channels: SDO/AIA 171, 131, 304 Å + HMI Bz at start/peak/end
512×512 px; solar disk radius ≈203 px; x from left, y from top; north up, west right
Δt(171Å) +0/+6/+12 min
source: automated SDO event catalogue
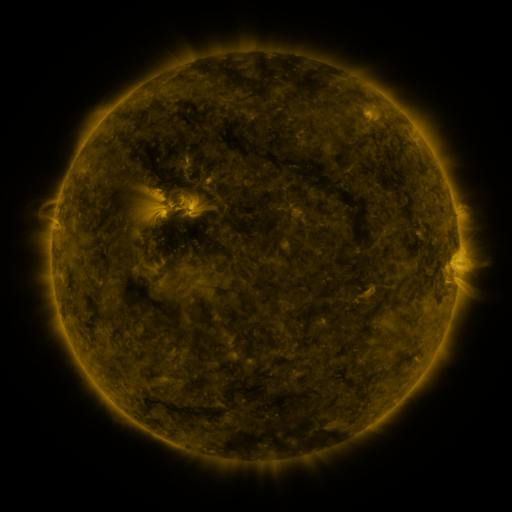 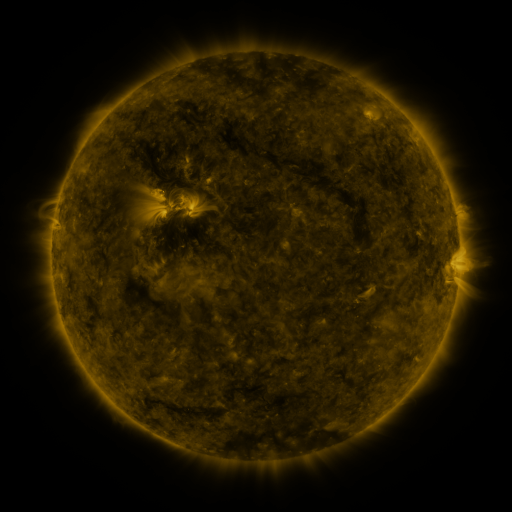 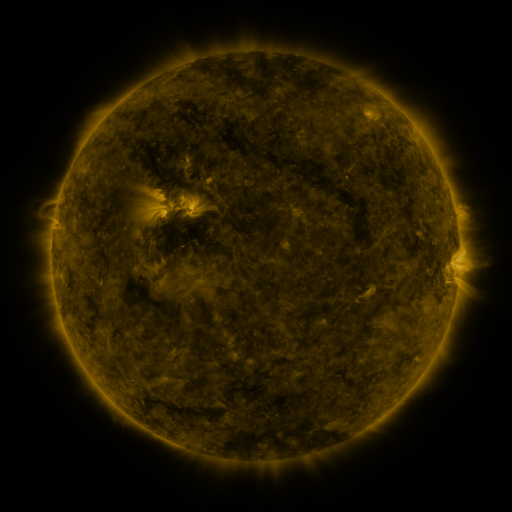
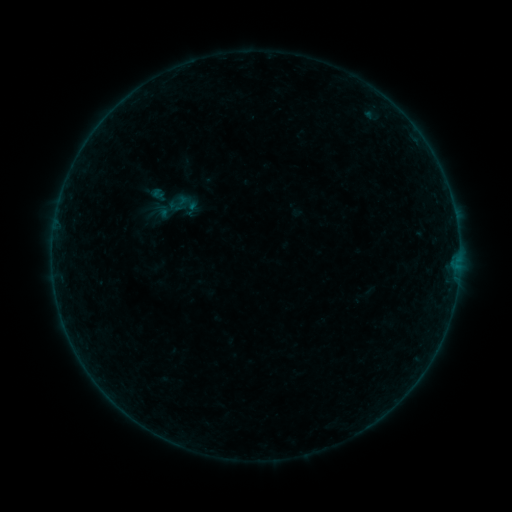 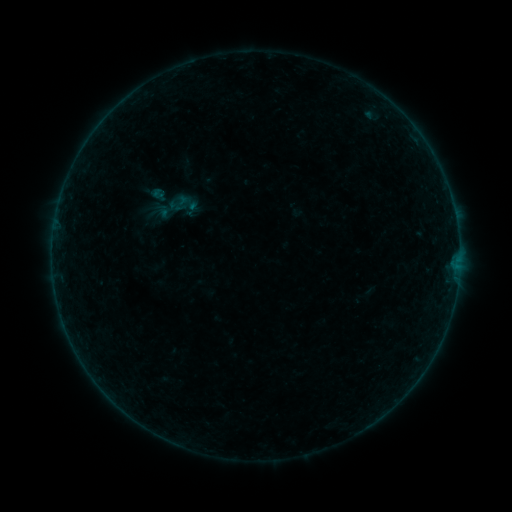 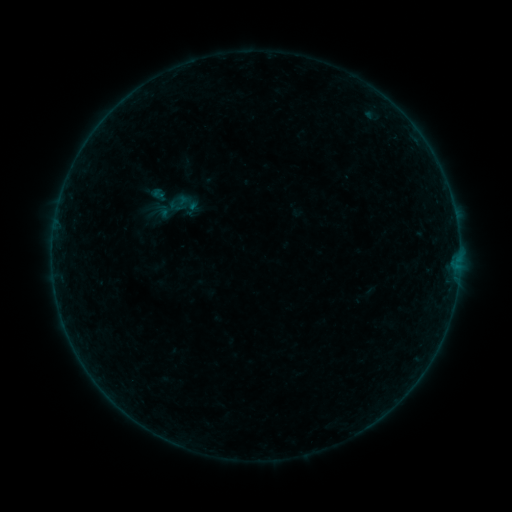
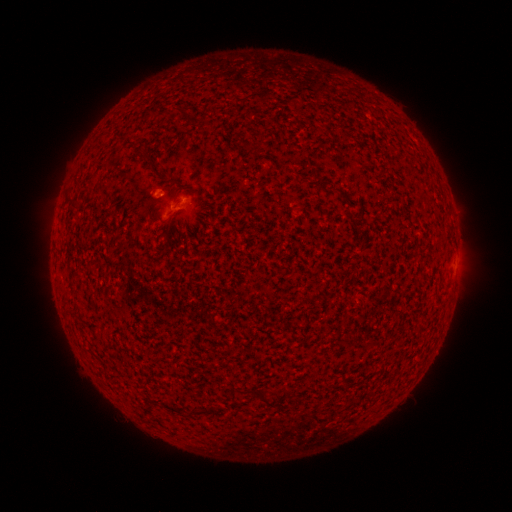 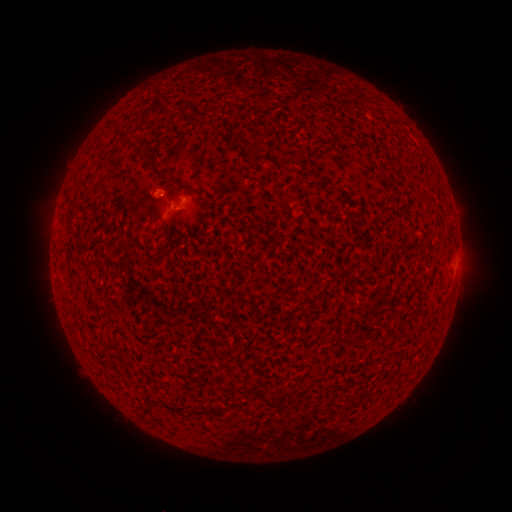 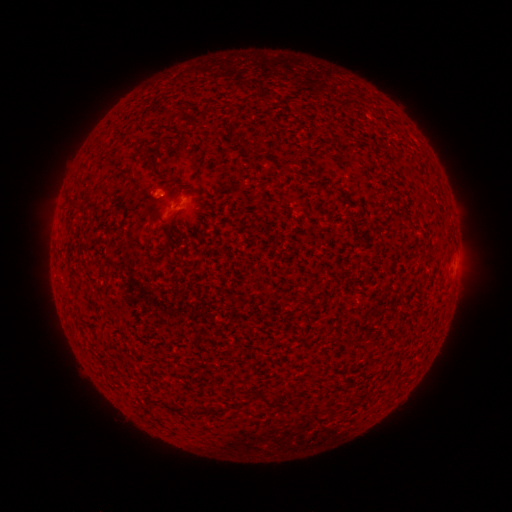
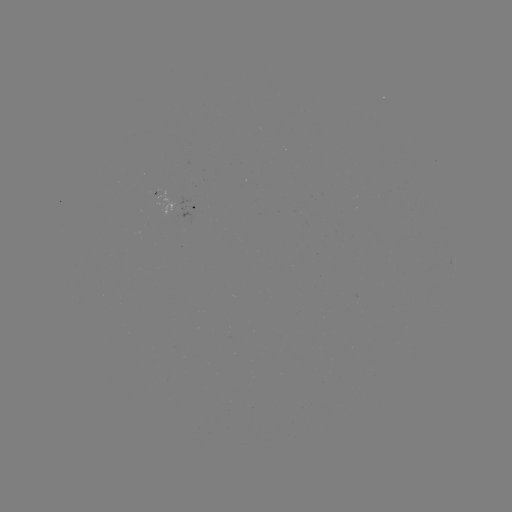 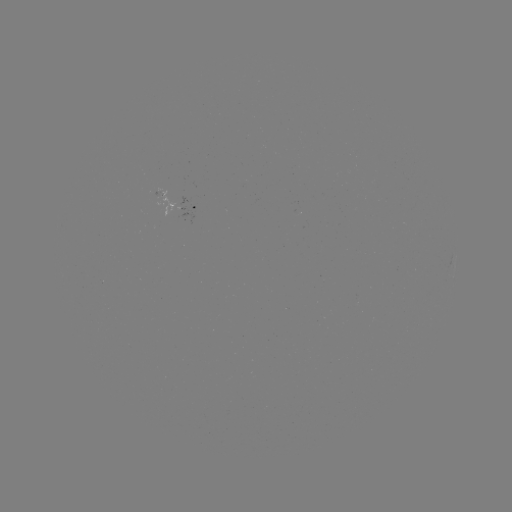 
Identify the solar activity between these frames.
no classed flare was catalogued and no EUV brightening was flagged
